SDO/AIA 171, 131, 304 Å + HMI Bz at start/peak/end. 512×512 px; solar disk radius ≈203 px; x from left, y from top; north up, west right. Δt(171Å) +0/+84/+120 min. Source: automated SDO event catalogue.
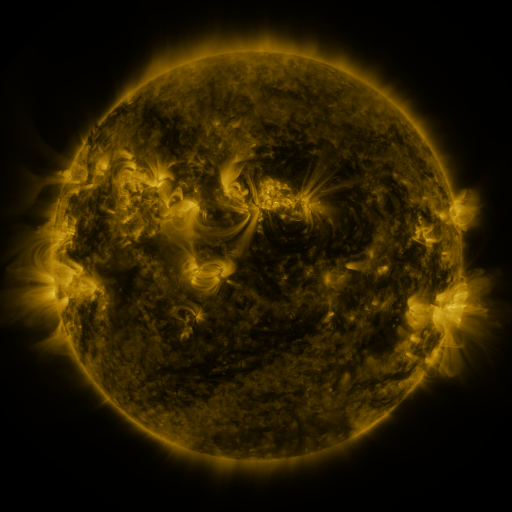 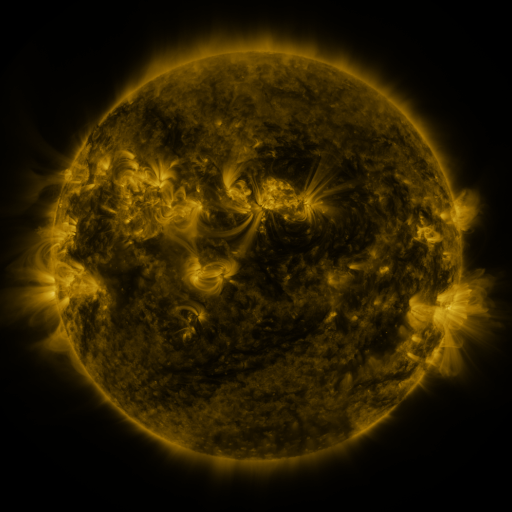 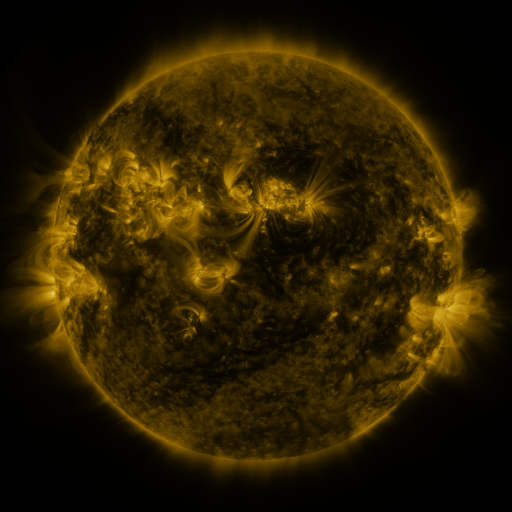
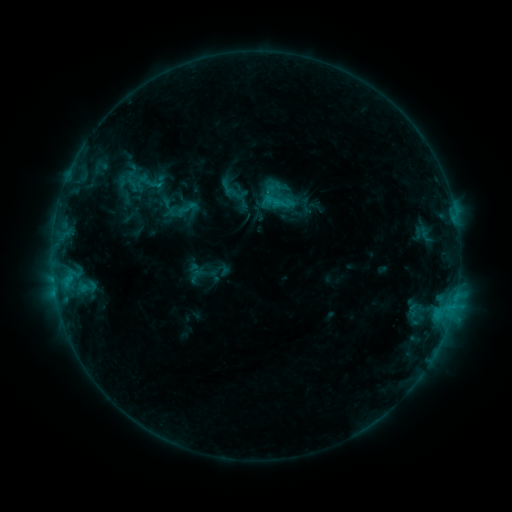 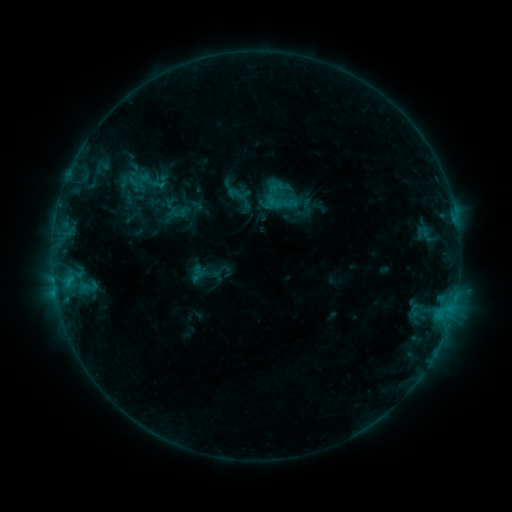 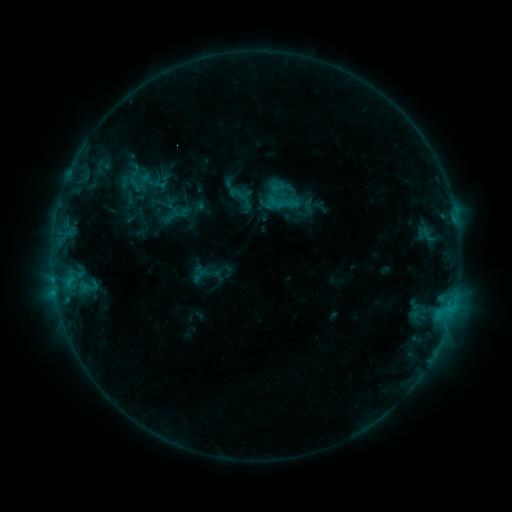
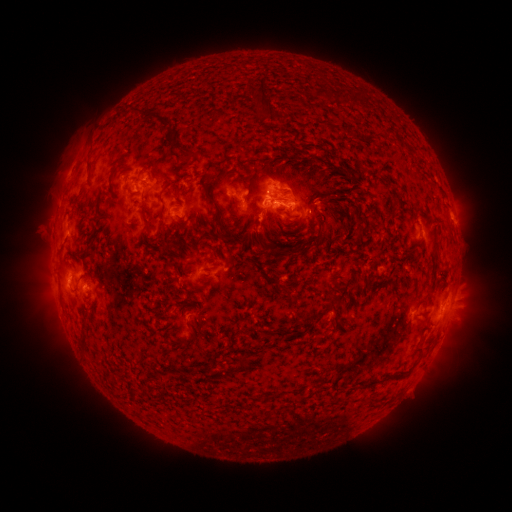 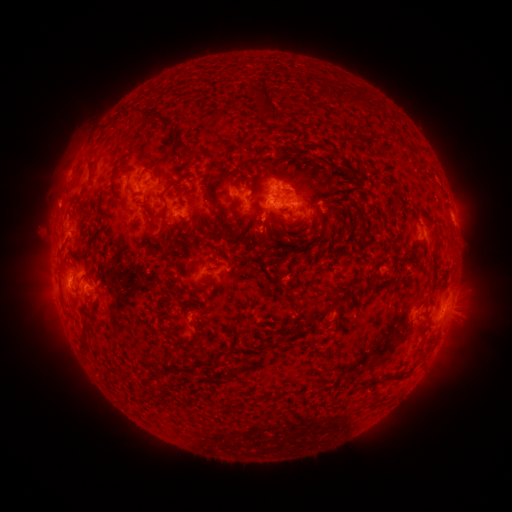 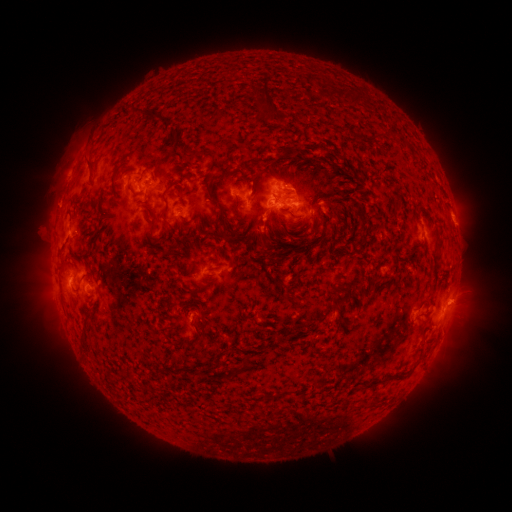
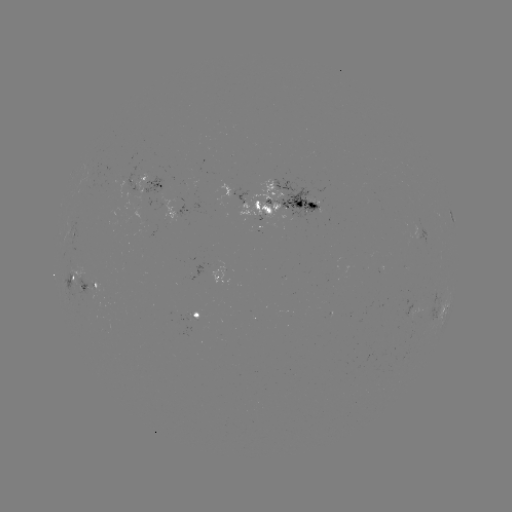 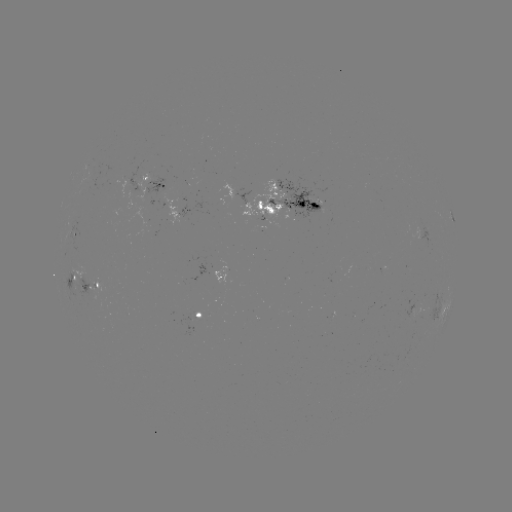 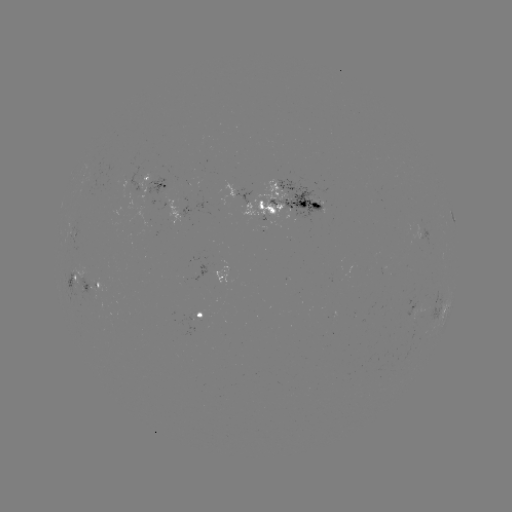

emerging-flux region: [265, 180, 321, 223]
